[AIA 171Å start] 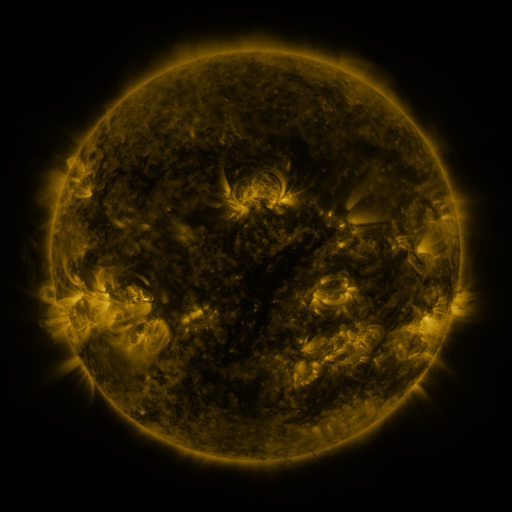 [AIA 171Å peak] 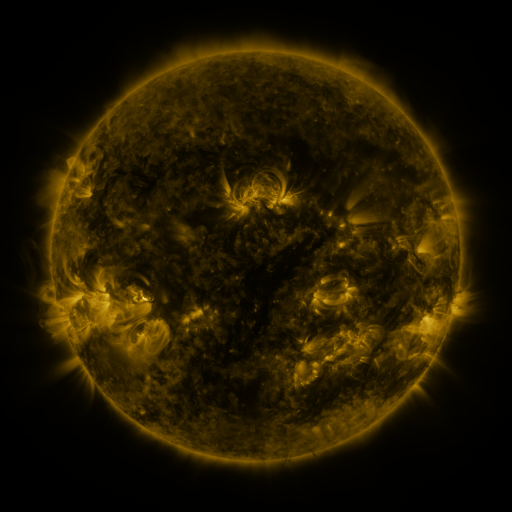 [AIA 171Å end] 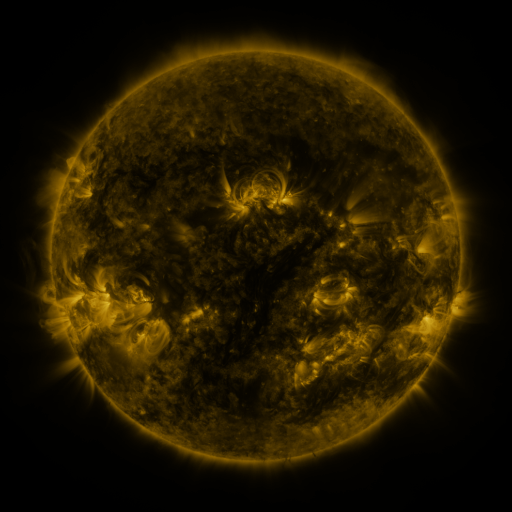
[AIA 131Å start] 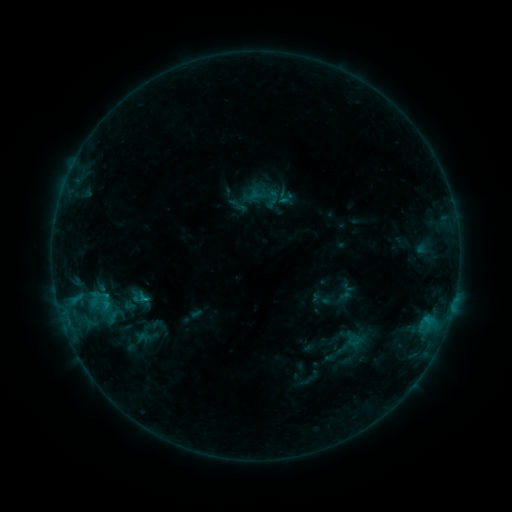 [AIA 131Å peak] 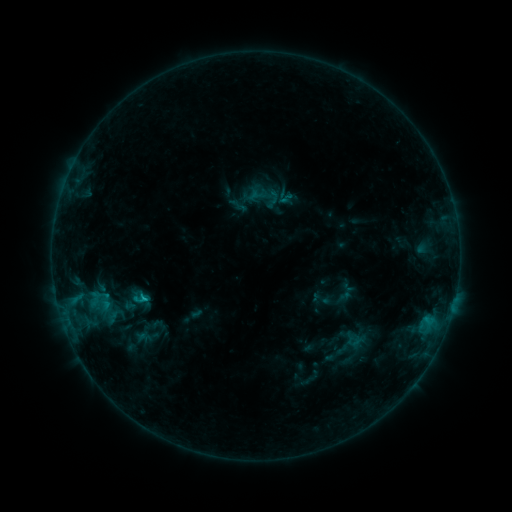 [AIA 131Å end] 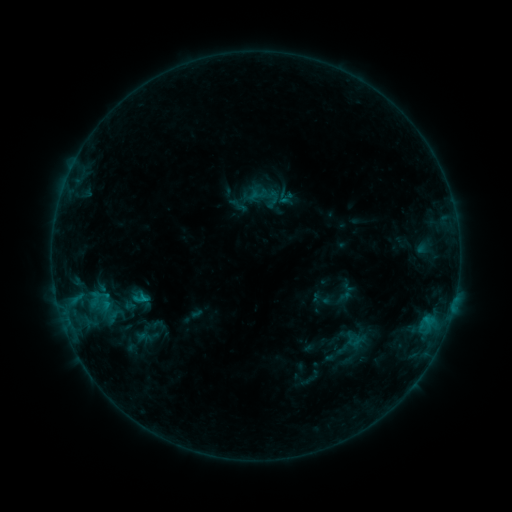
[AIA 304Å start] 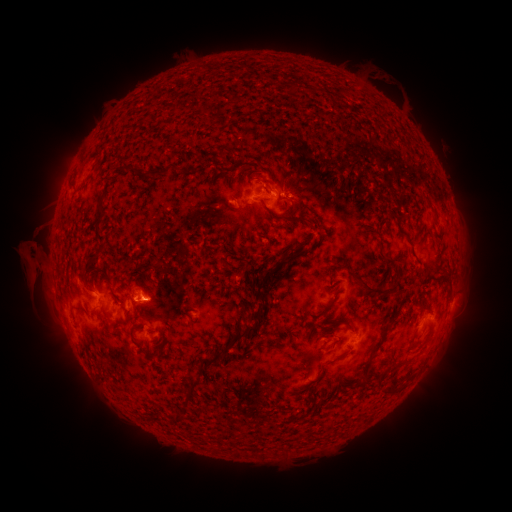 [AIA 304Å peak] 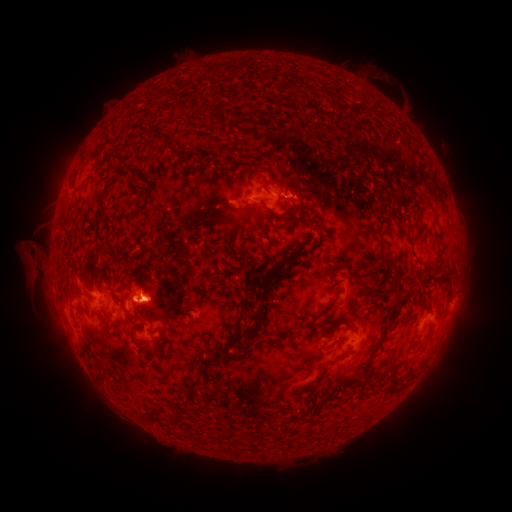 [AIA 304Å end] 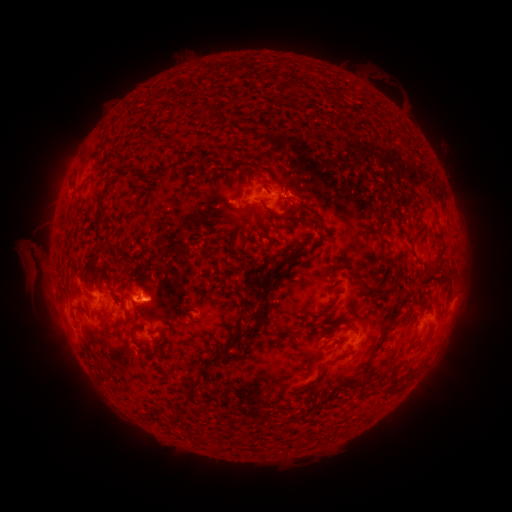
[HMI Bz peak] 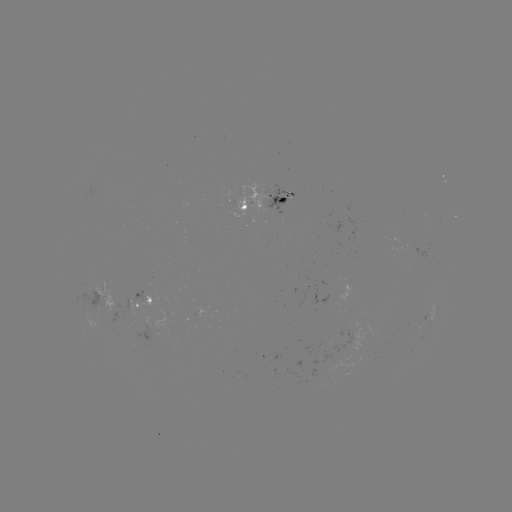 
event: flare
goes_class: C1.0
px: (145, 295)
